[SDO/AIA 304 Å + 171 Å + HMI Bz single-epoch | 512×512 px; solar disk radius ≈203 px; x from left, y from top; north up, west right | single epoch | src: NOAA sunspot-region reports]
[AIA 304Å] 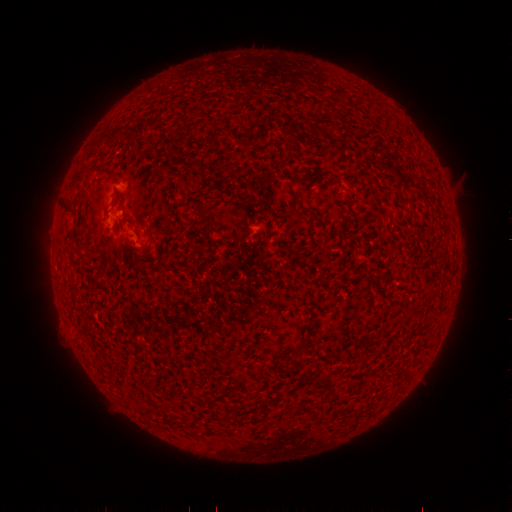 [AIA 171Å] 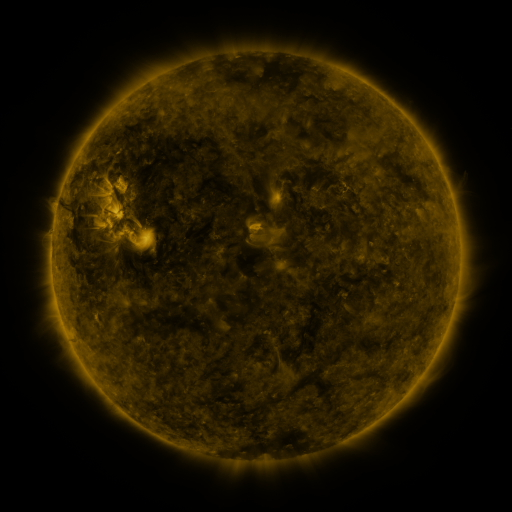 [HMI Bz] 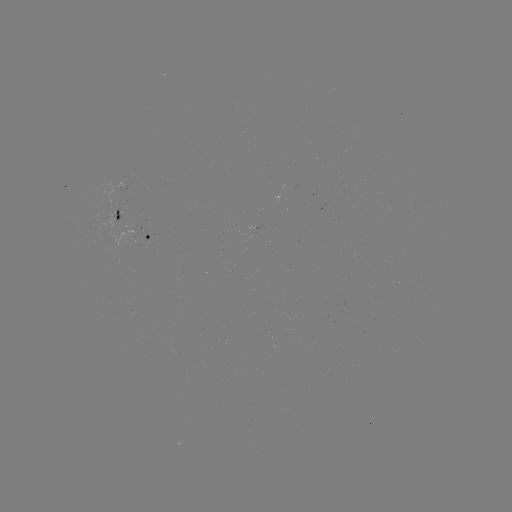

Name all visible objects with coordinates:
spotted active region: (121, 212)
spotted active region: (151, 231)
